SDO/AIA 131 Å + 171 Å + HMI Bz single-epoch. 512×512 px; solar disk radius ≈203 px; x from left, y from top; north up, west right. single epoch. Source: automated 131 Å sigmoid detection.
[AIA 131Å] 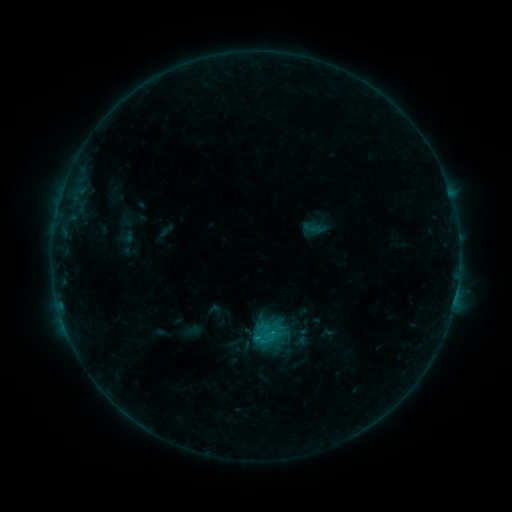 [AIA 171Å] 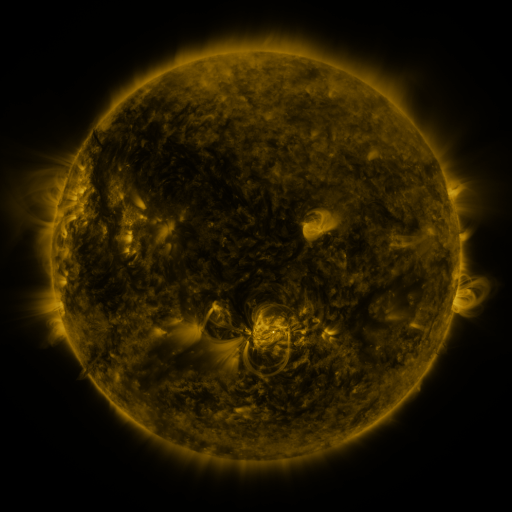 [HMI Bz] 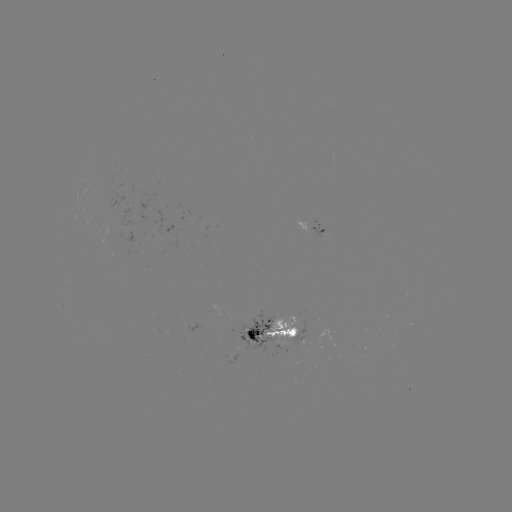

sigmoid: [252, 325, 274, 347]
